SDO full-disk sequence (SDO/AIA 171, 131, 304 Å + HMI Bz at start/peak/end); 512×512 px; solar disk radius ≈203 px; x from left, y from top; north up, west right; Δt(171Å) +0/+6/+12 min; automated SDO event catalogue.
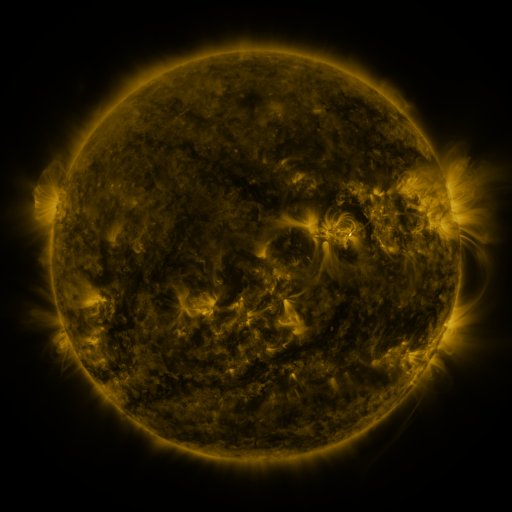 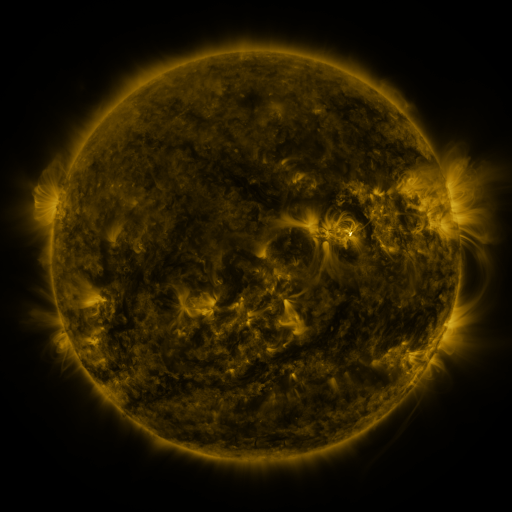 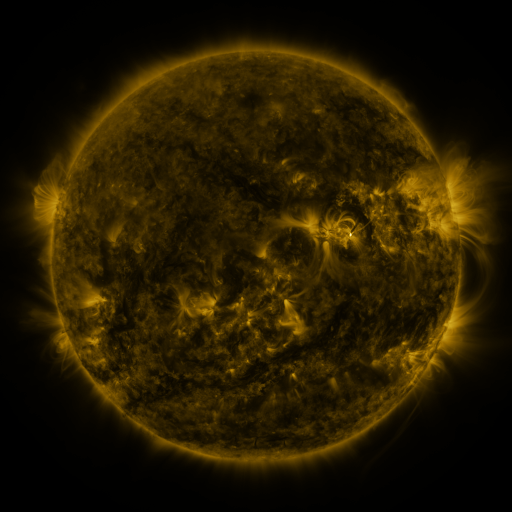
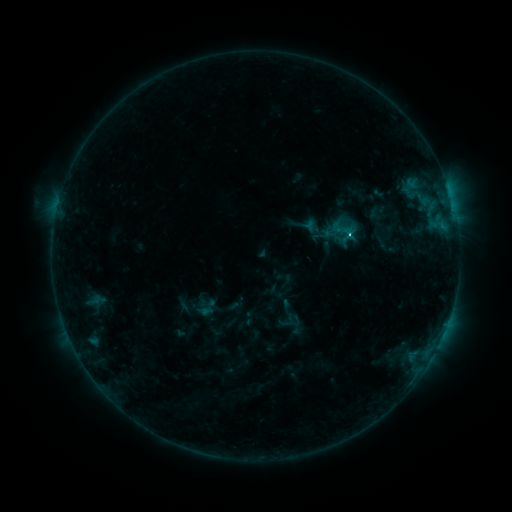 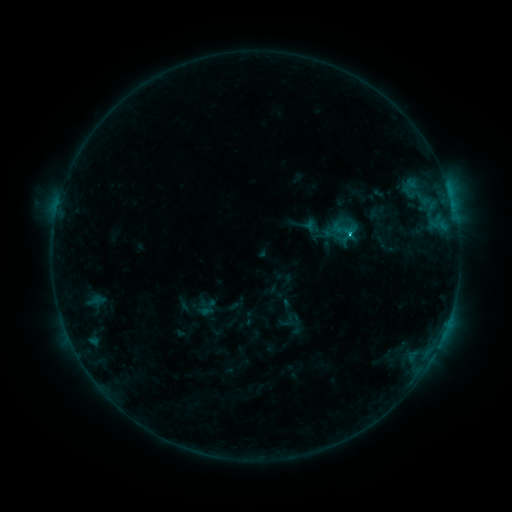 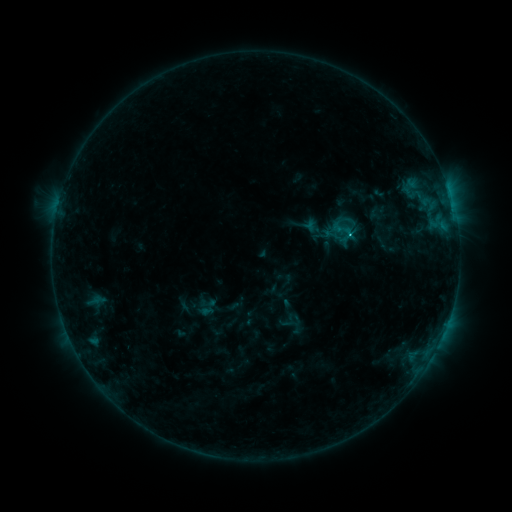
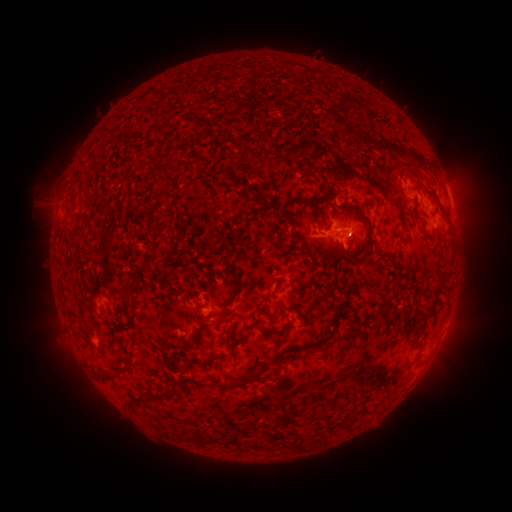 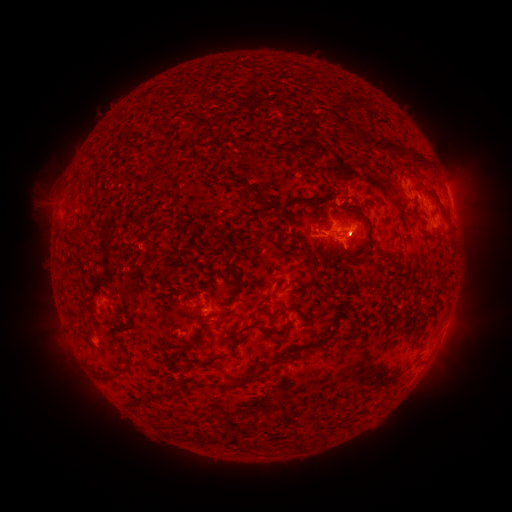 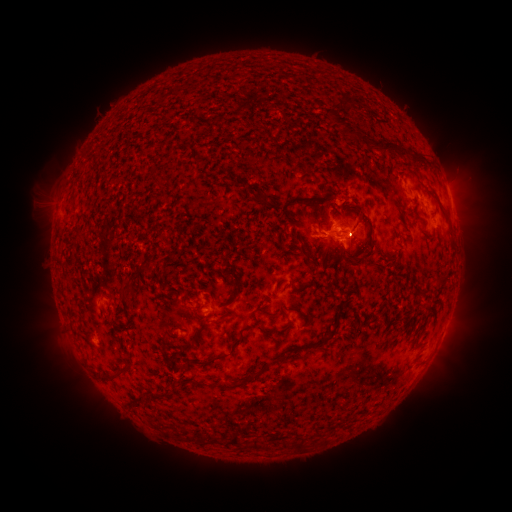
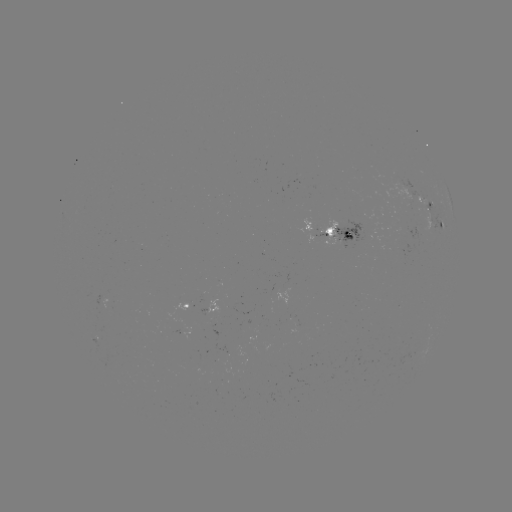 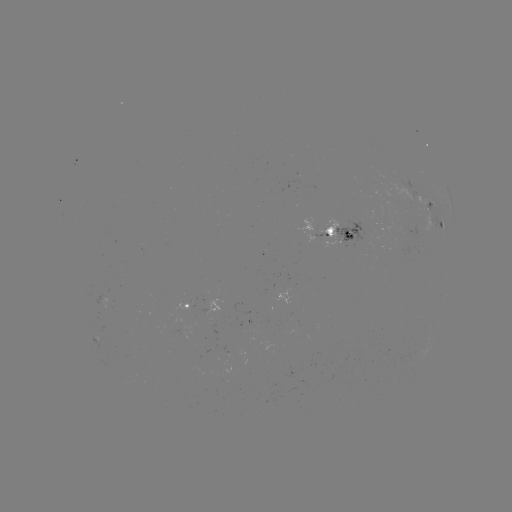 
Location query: C1.7 flare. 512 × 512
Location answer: [347, 233].